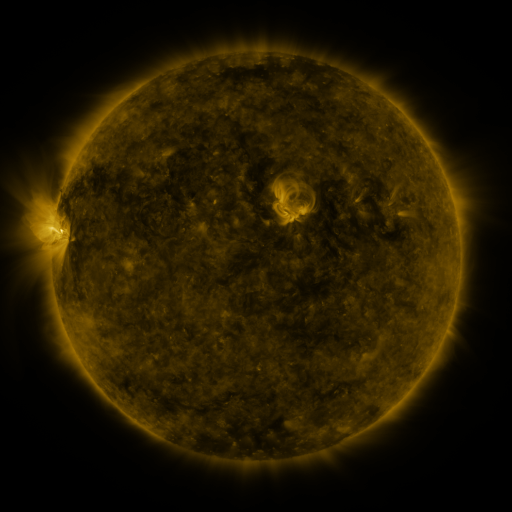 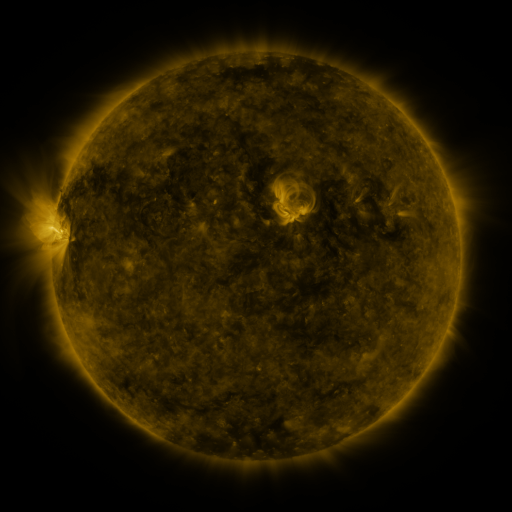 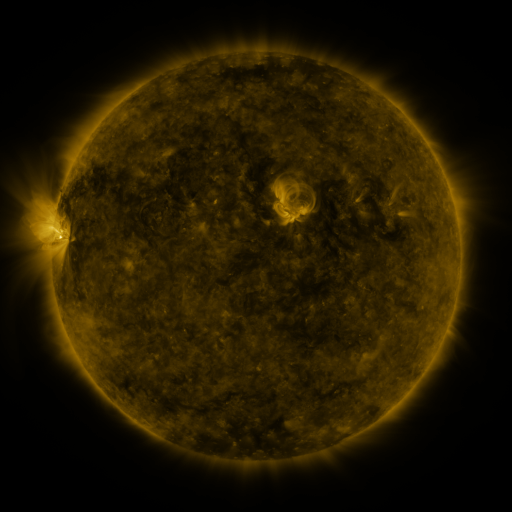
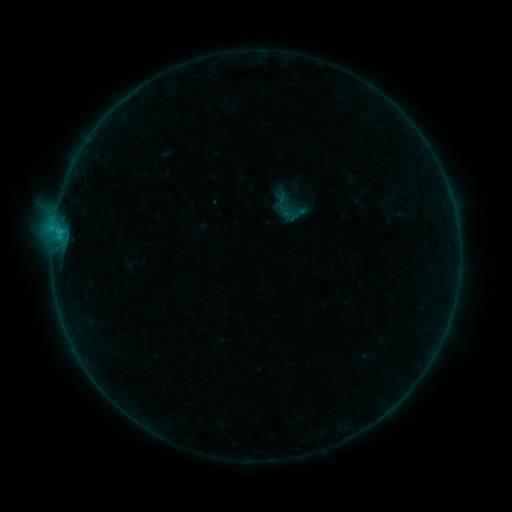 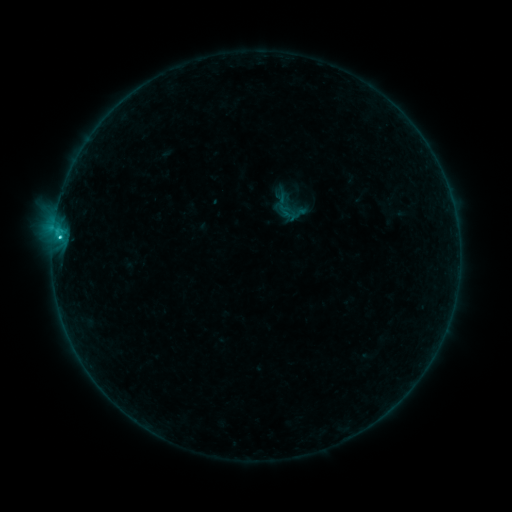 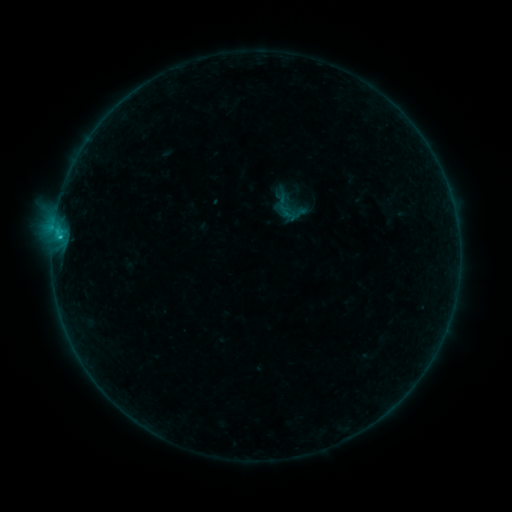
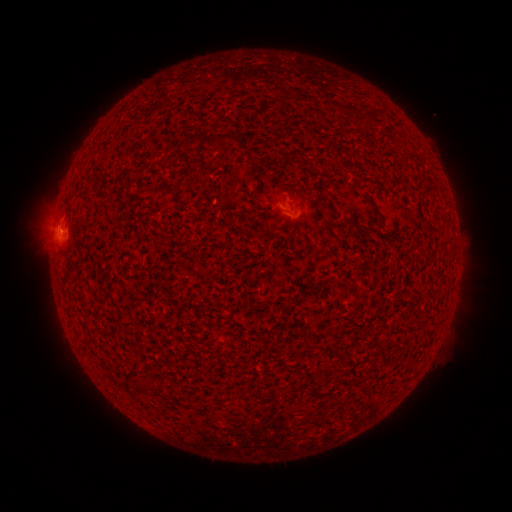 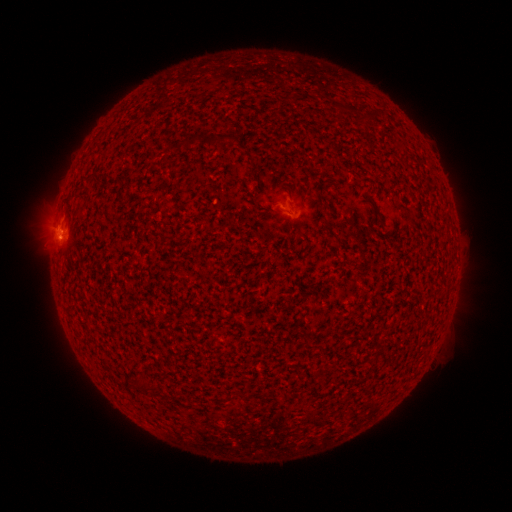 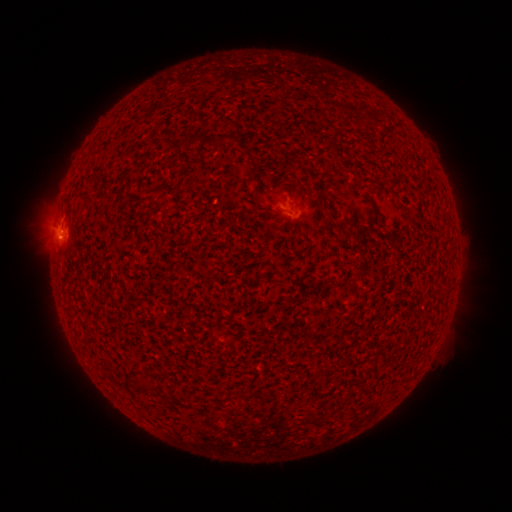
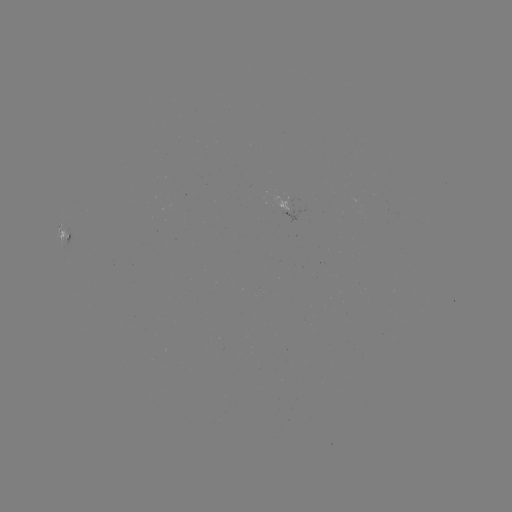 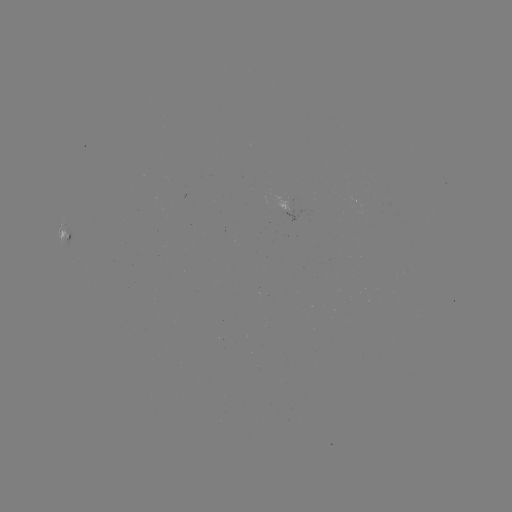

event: flare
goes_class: C1.0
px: (61, 237)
